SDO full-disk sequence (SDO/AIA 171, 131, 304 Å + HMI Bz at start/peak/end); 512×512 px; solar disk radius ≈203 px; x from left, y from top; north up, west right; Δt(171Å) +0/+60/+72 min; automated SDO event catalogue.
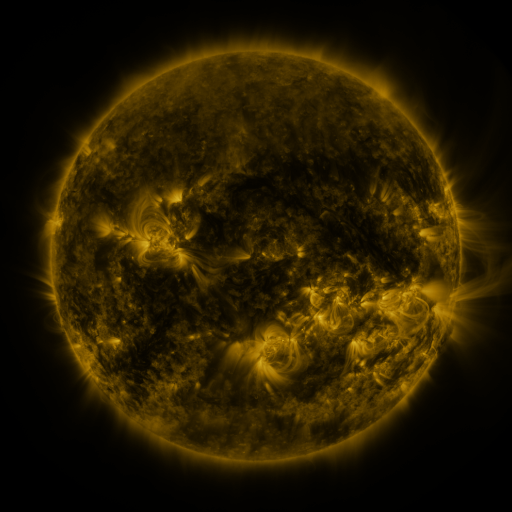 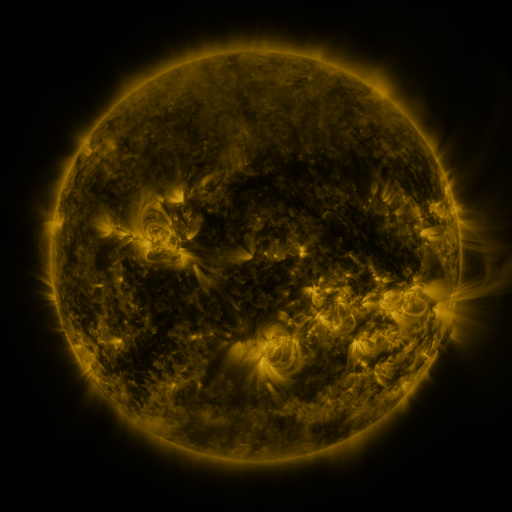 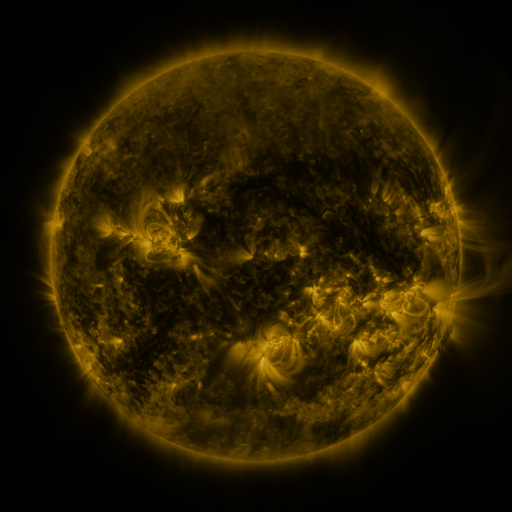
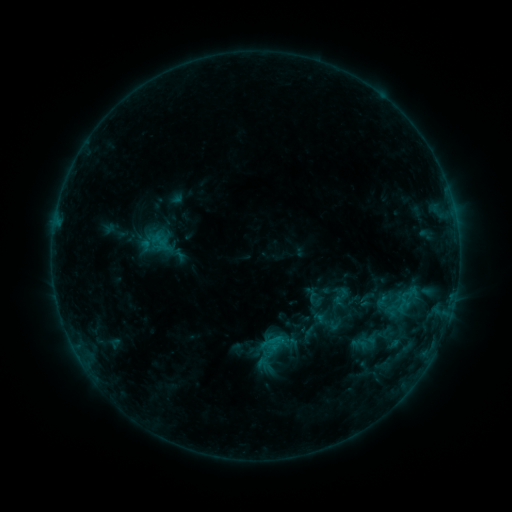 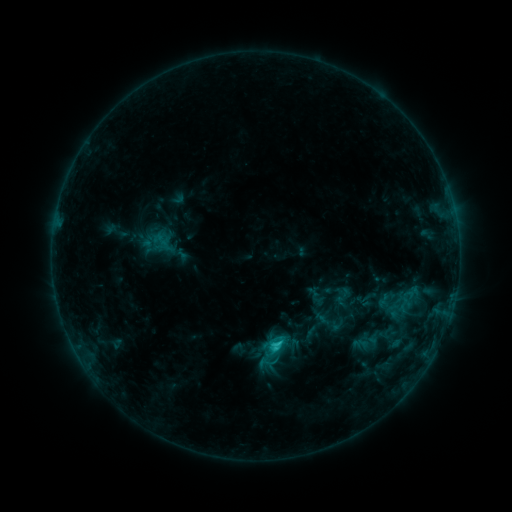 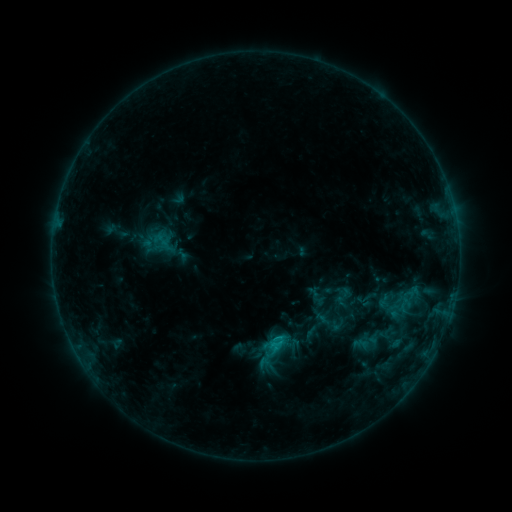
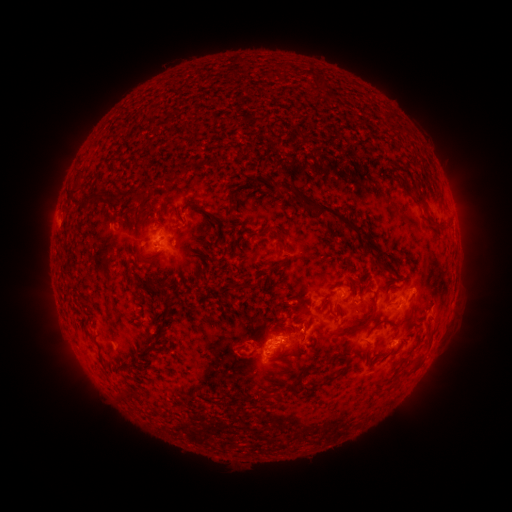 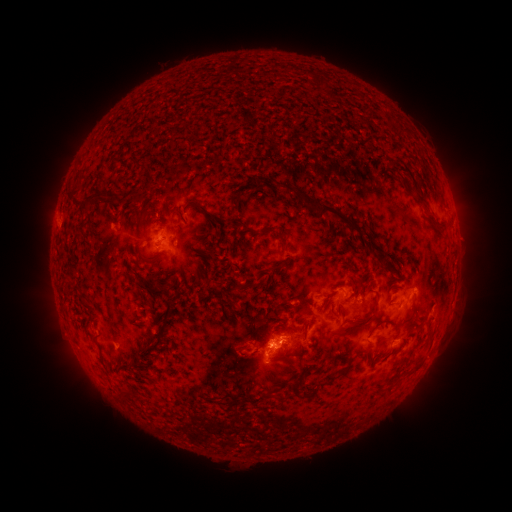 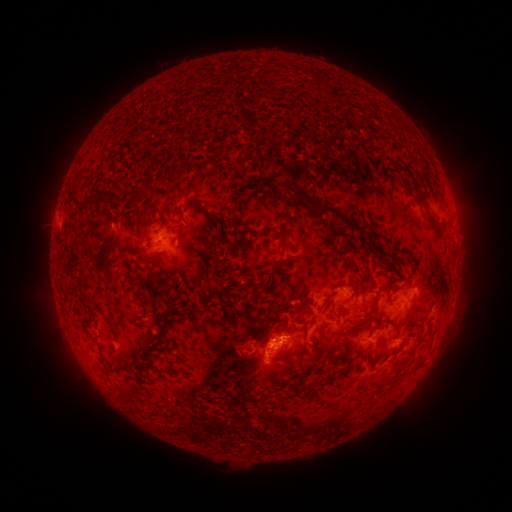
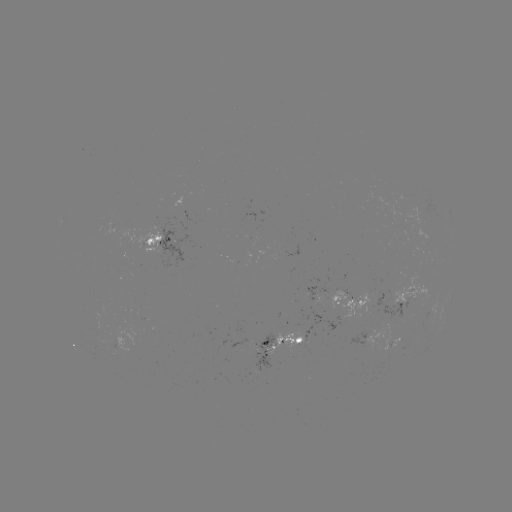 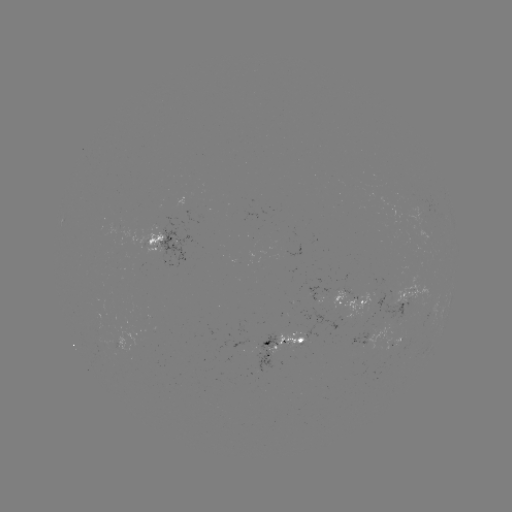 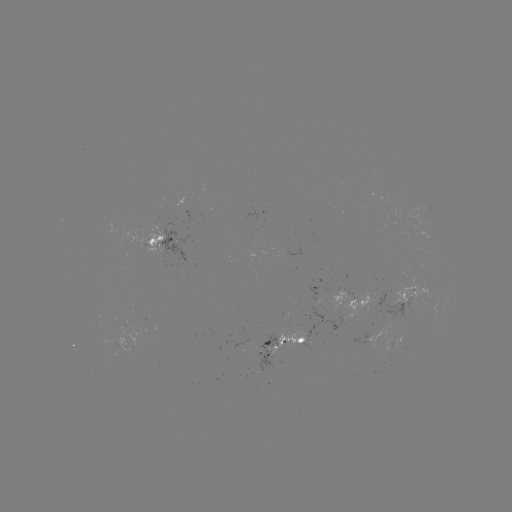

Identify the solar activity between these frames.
emerging-flux region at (382, 349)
